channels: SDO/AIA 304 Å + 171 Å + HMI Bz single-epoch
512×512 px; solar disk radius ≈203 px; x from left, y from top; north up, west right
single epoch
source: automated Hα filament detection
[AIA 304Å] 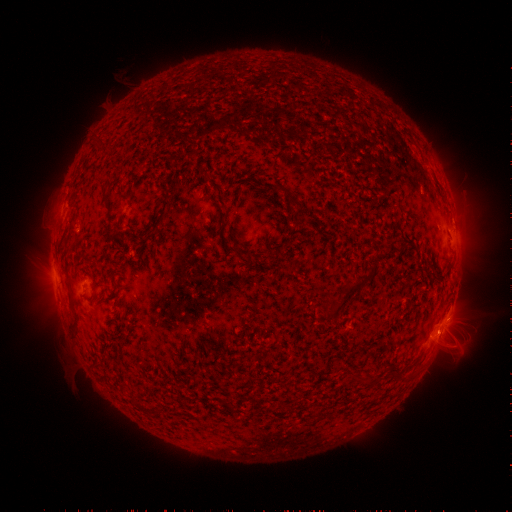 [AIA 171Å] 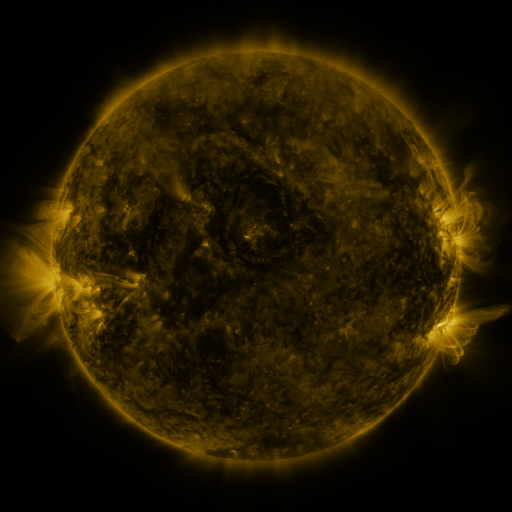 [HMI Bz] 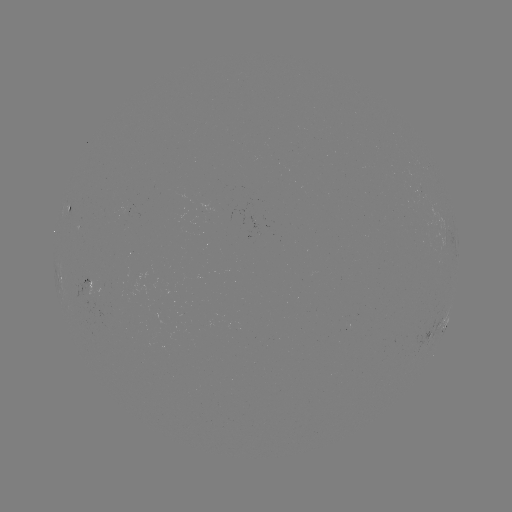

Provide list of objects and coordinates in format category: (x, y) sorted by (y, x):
filament: (105, 195)
filament: (233, 249)
filament: (279, 252)
filament: (348, 295)
